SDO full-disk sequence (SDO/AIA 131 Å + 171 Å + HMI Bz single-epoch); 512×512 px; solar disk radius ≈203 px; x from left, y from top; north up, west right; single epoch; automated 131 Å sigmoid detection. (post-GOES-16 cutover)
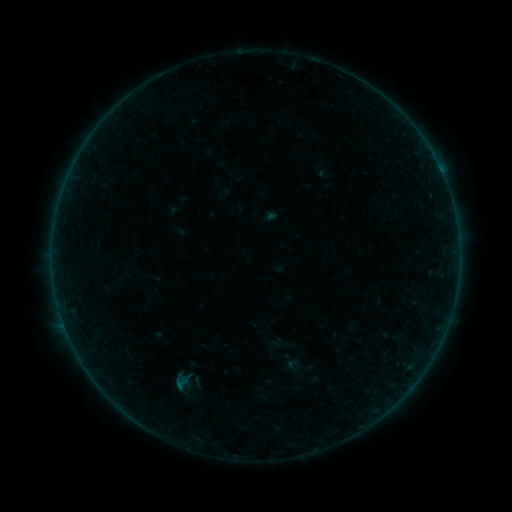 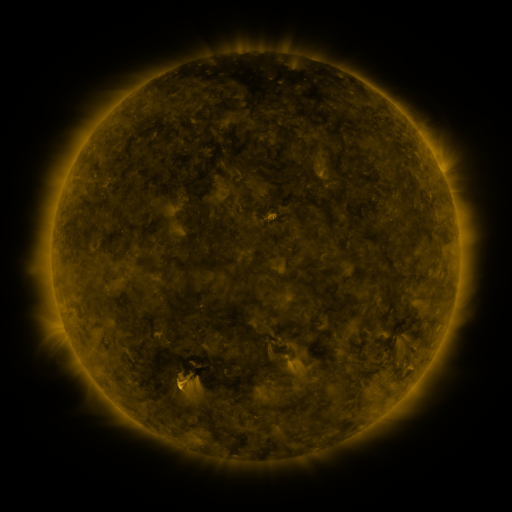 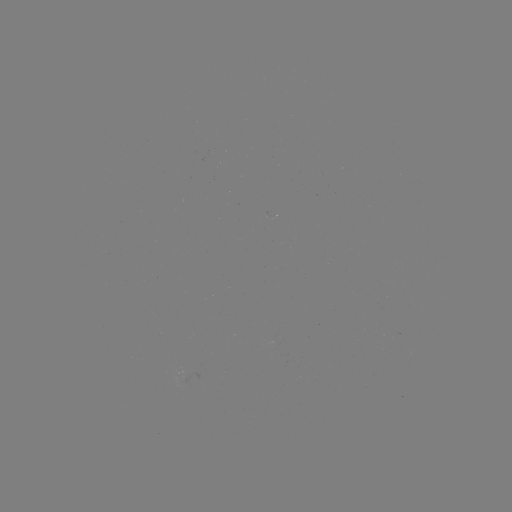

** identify sigmoid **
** [294, 365] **